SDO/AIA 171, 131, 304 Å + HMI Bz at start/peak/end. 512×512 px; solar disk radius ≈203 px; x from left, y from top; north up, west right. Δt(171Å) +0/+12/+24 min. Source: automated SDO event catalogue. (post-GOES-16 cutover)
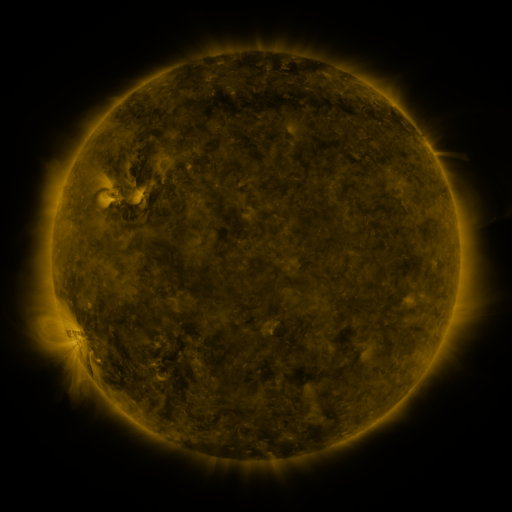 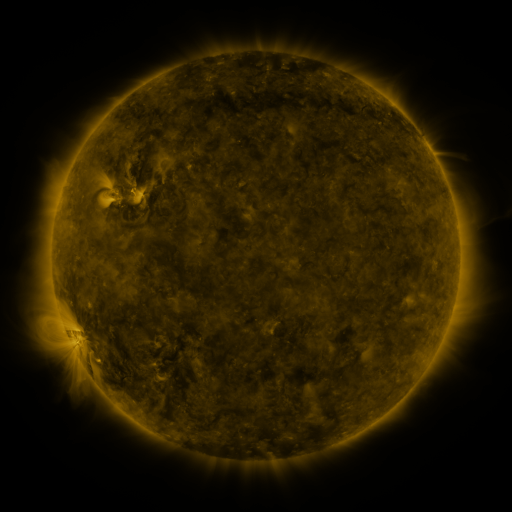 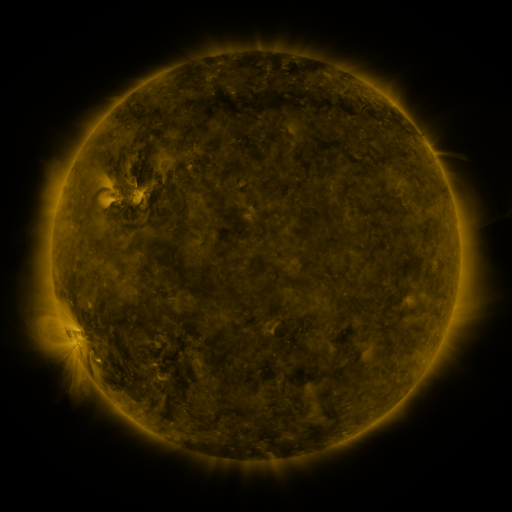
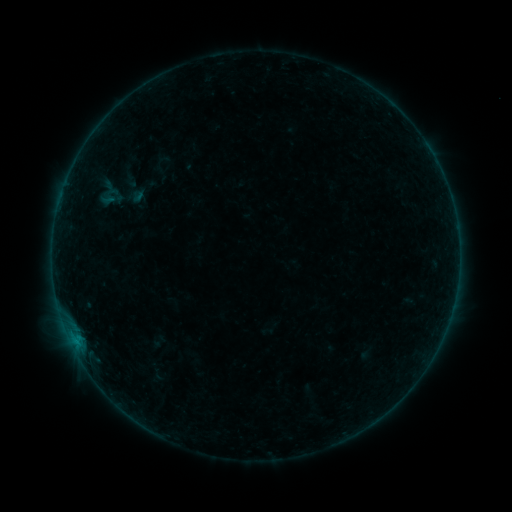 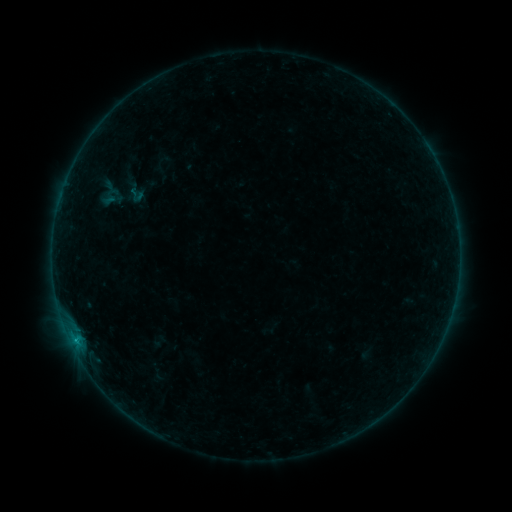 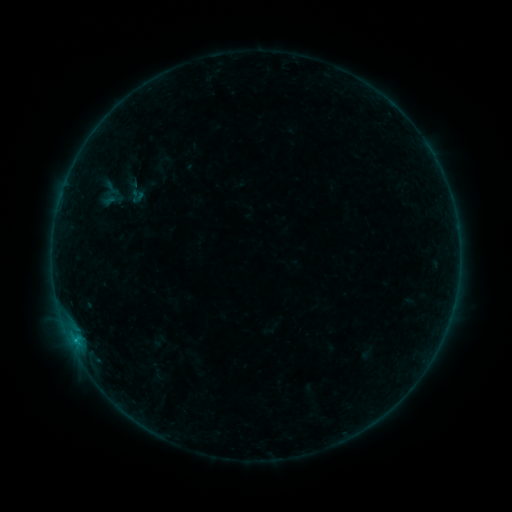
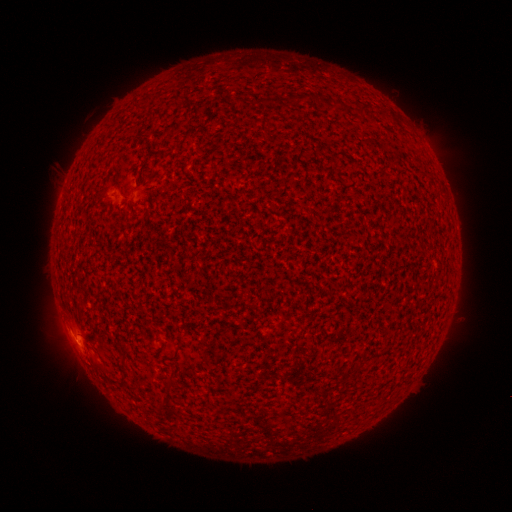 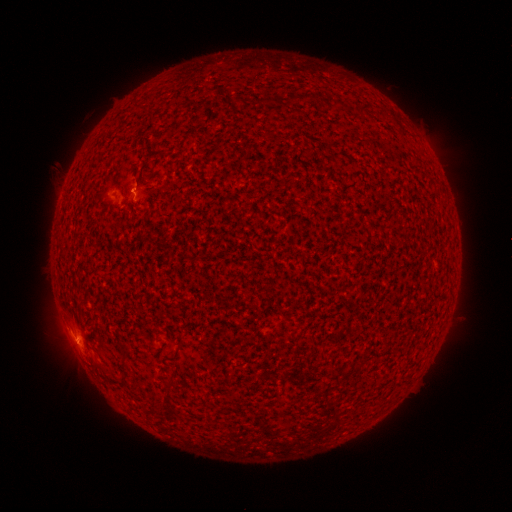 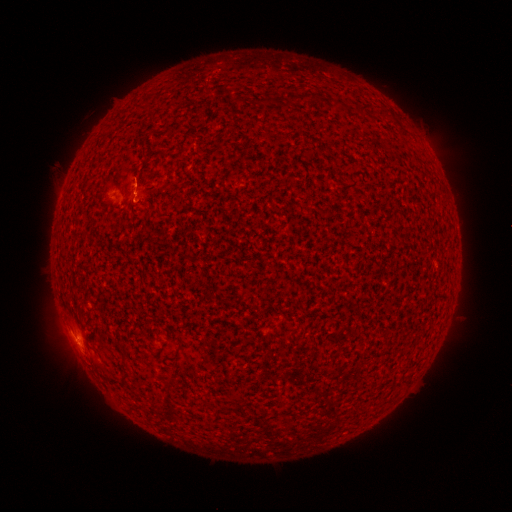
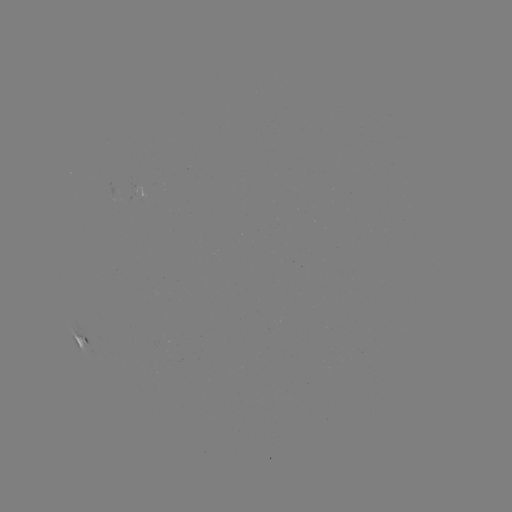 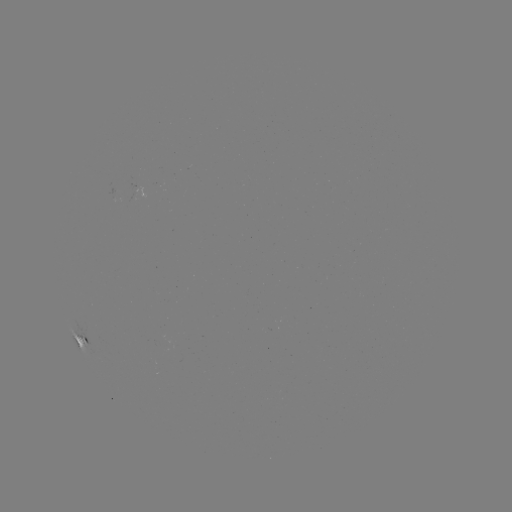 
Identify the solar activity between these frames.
B4.3 flare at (76, 338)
